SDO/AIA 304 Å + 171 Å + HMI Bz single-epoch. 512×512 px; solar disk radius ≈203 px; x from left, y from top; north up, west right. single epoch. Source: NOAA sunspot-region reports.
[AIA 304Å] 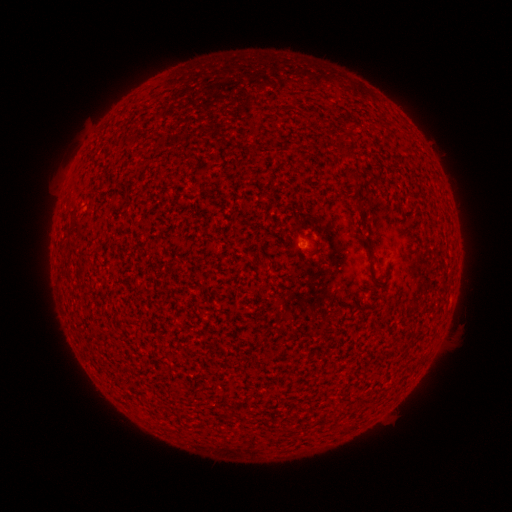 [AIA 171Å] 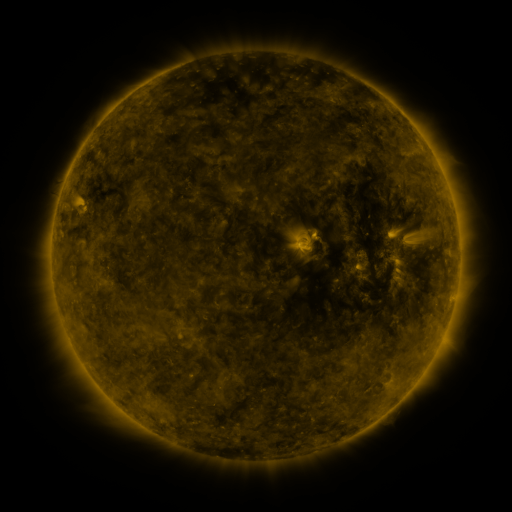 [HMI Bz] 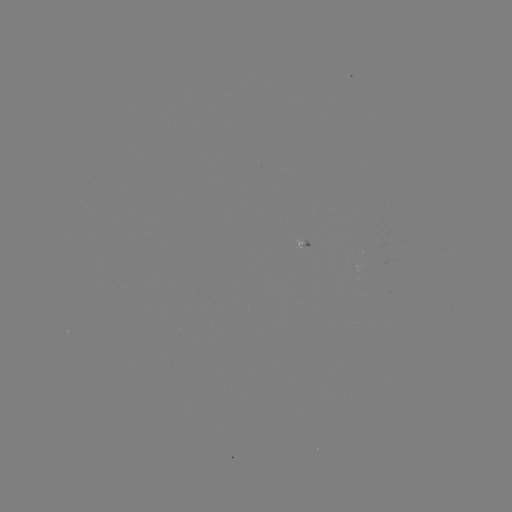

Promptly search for spotted active region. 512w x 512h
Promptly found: (308, 248).